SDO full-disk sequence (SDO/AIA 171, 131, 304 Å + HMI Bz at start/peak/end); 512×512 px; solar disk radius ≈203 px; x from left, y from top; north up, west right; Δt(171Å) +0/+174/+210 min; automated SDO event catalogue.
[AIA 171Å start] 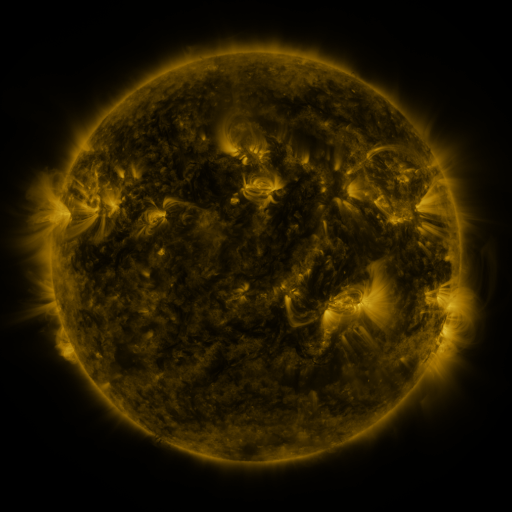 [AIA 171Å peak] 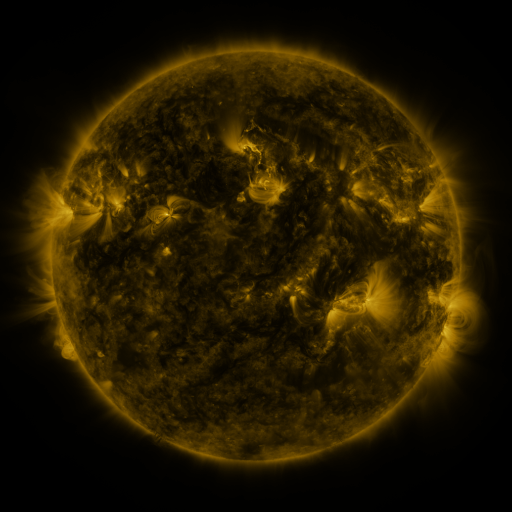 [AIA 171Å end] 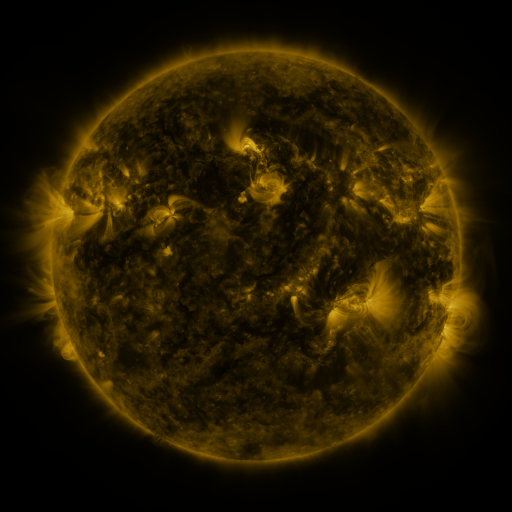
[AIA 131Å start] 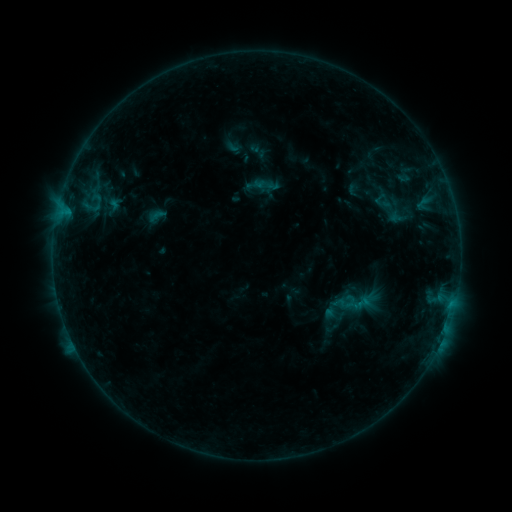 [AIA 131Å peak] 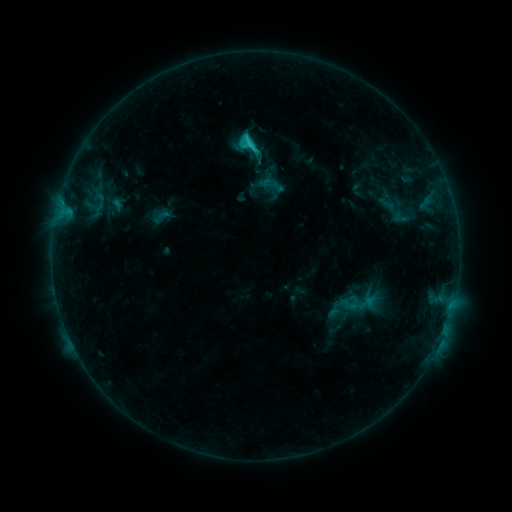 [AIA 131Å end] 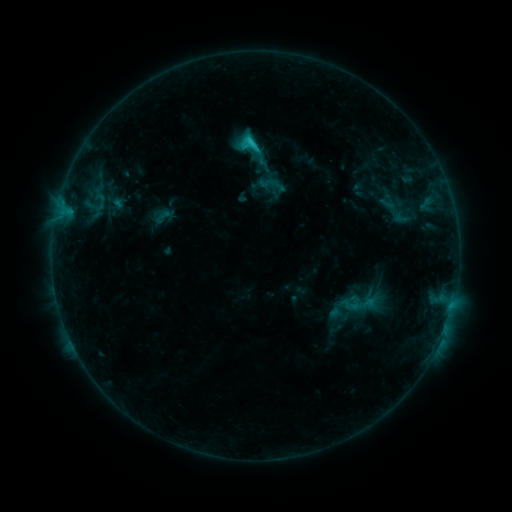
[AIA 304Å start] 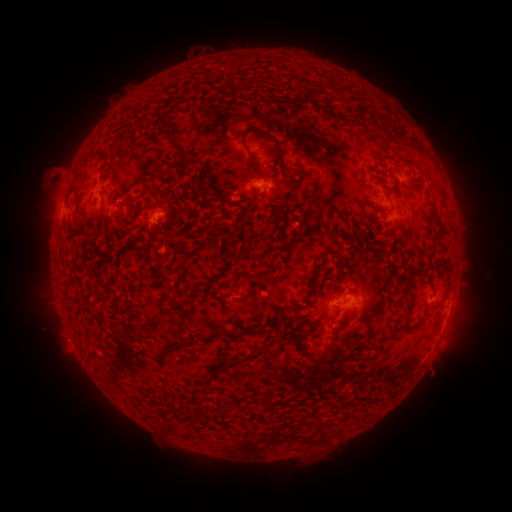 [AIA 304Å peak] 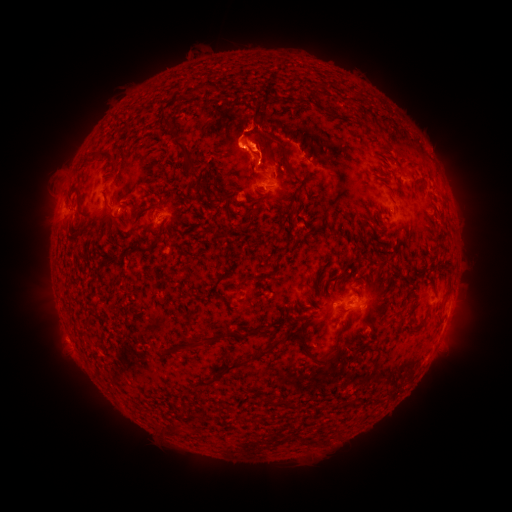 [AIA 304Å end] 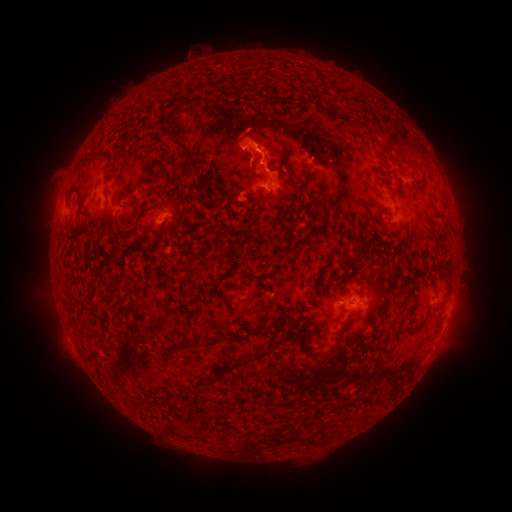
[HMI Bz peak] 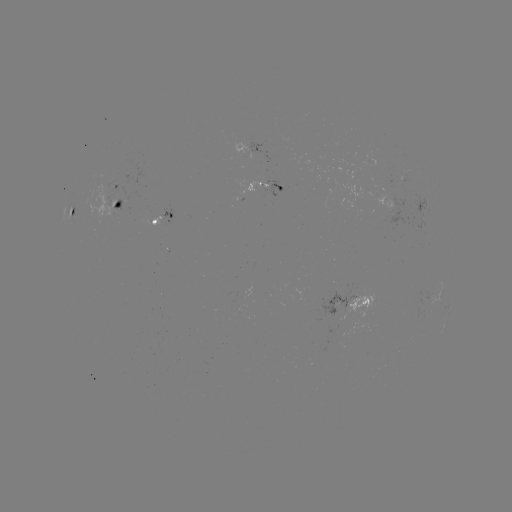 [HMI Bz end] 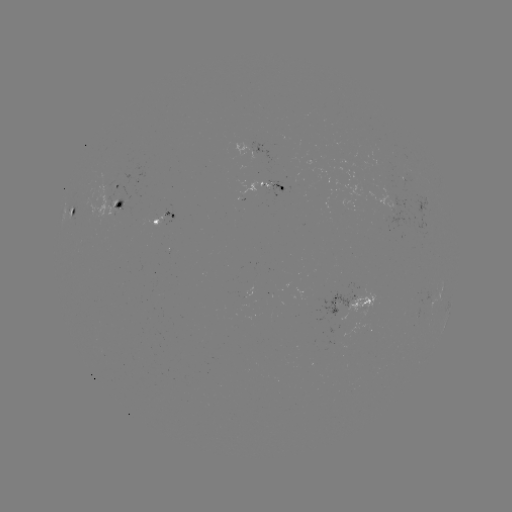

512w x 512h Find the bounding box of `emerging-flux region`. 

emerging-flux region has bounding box [146, 215, 162, 226].